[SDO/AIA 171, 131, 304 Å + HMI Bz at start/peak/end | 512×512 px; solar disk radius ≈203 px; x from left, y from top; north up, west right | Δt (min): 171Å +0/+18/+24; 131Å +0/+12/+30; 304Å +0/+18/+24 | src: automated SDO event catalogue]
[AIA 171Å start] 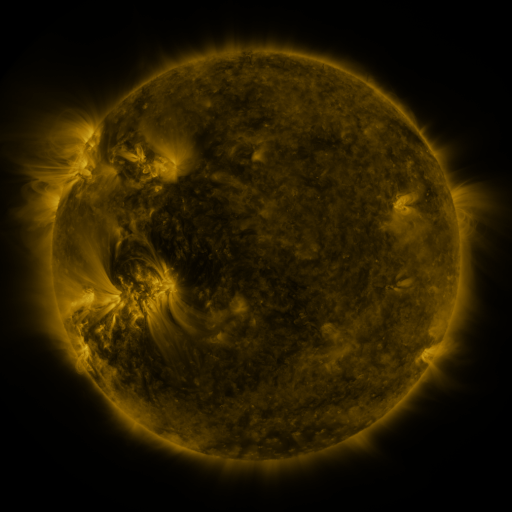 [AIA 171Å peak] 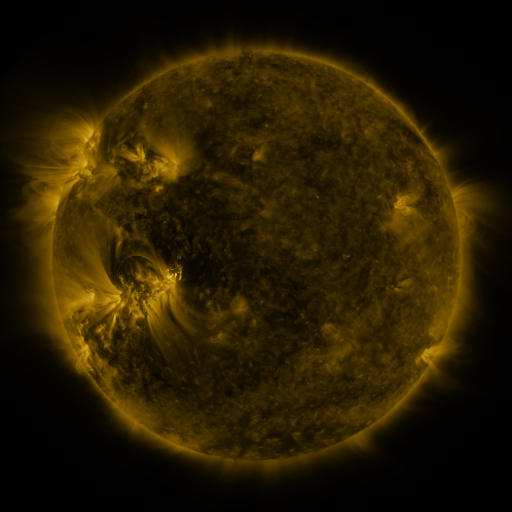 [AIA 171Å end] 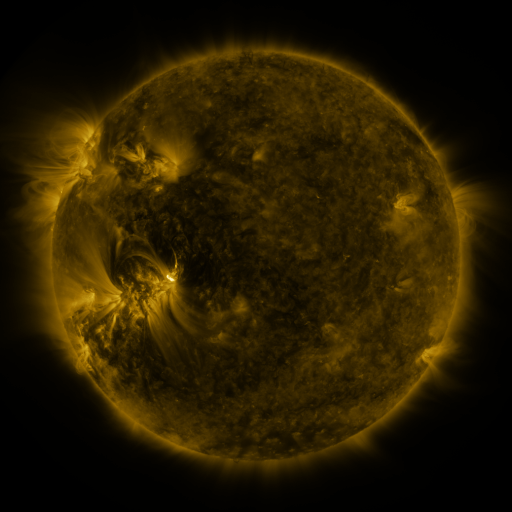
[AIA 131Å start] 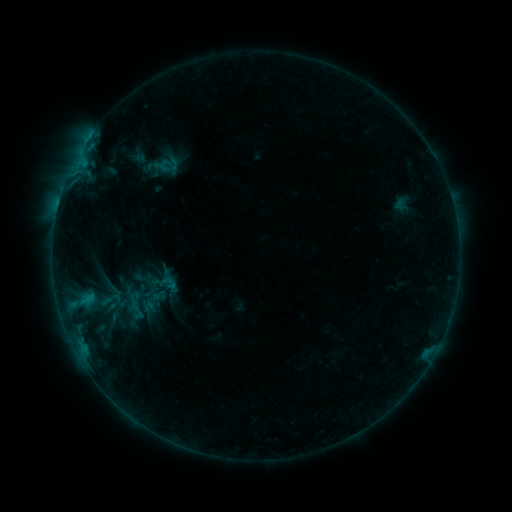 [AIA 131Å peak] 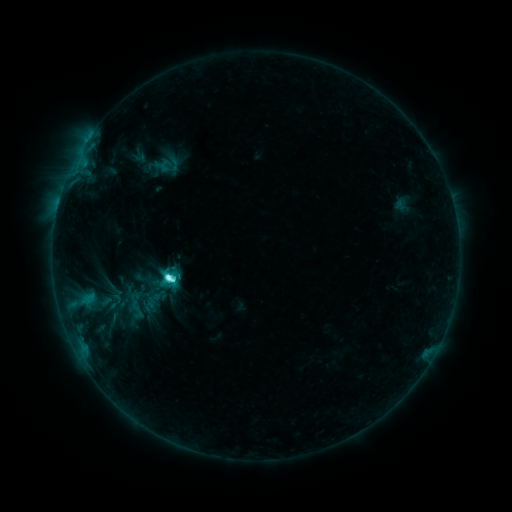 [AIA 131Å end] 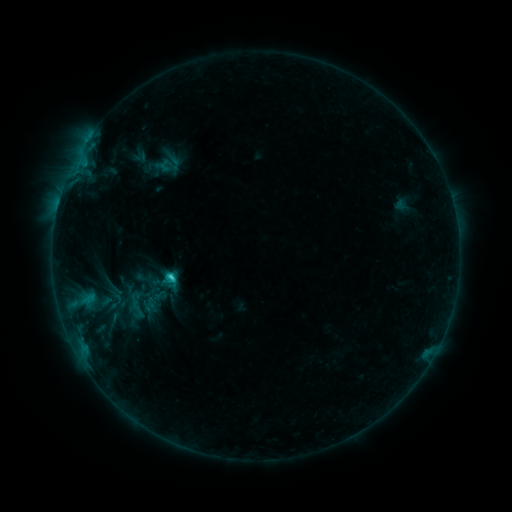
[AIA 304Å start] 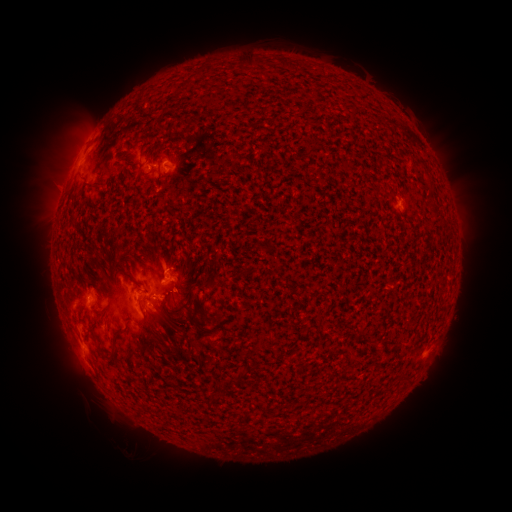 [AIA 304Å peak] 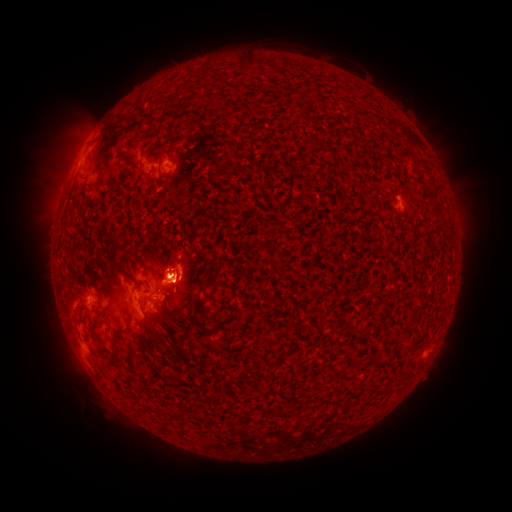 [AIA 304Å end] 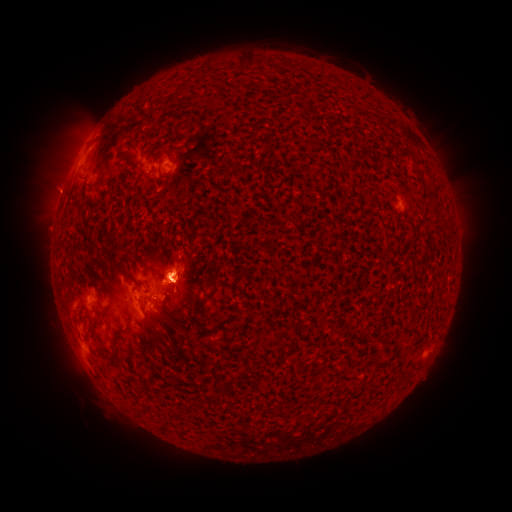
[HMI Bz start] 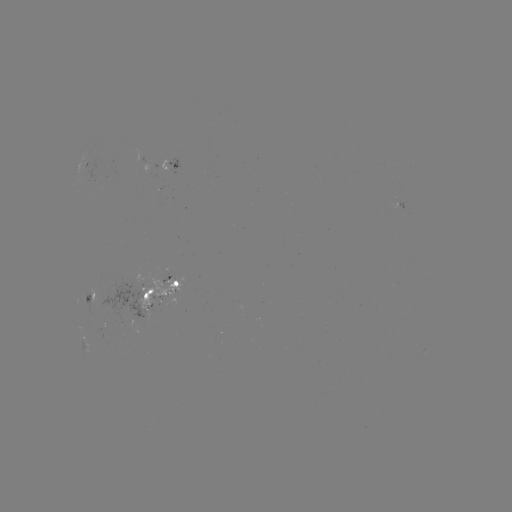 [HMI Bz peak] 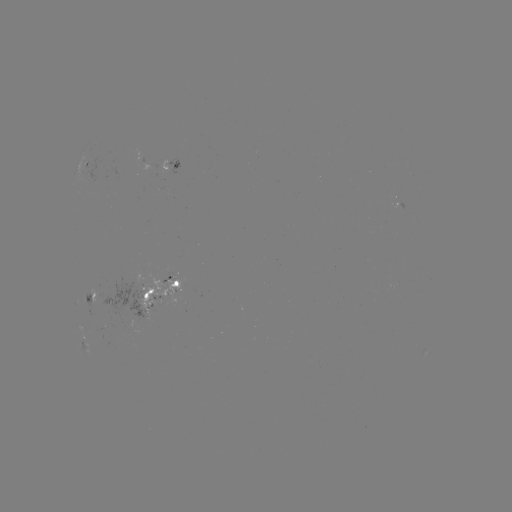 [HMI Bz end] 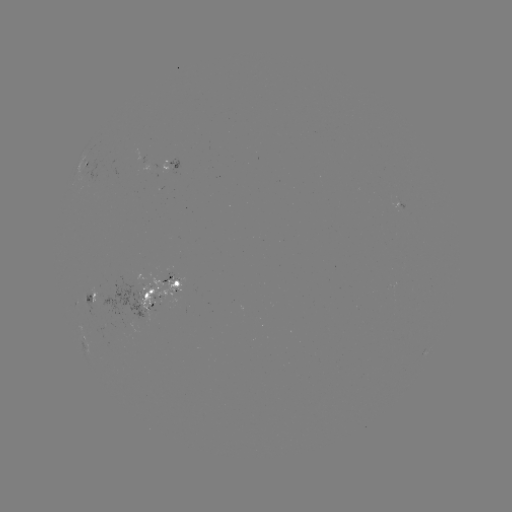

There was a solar flare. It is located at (168, 276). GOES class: M1.0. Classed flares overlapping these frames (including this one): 1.